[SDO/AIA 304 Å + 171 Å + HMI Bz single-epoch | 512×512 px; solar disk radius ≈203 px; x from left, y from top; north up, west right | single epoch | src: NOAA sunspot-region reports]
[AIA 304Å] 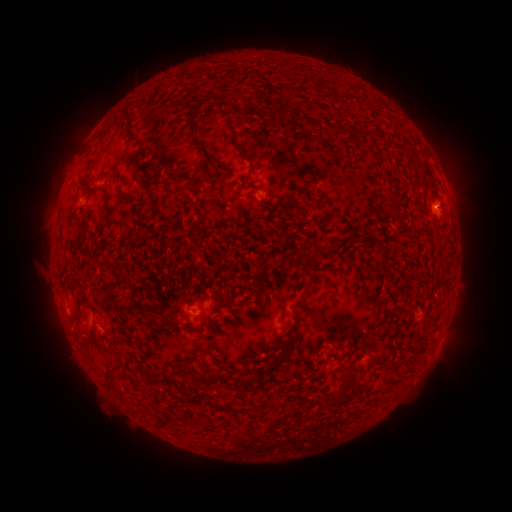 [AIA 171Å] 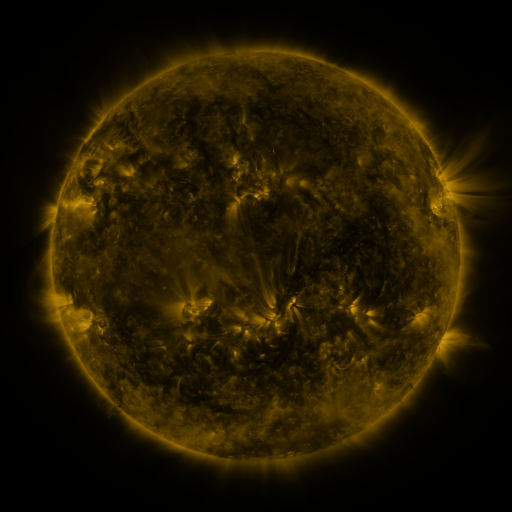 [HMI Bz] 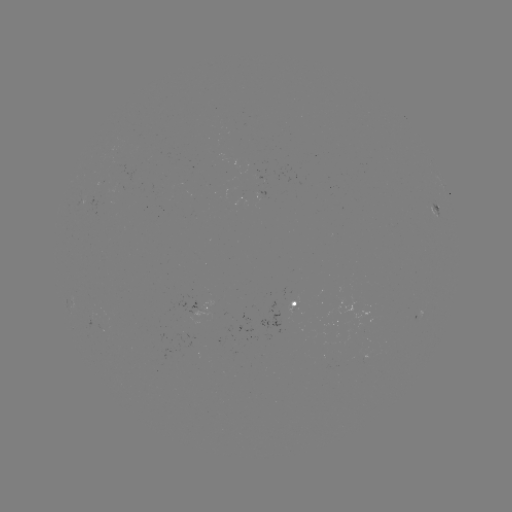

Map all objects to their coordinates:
spotted active region: (435, 204)
spotted active region: (293, 302)
spotted active region: (208, 306)
spotted active region: (442, 335)
